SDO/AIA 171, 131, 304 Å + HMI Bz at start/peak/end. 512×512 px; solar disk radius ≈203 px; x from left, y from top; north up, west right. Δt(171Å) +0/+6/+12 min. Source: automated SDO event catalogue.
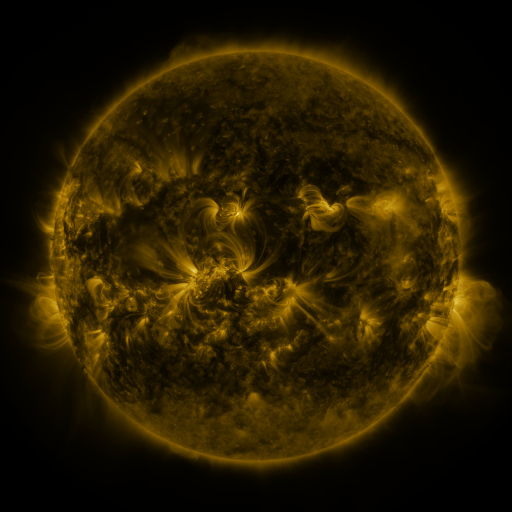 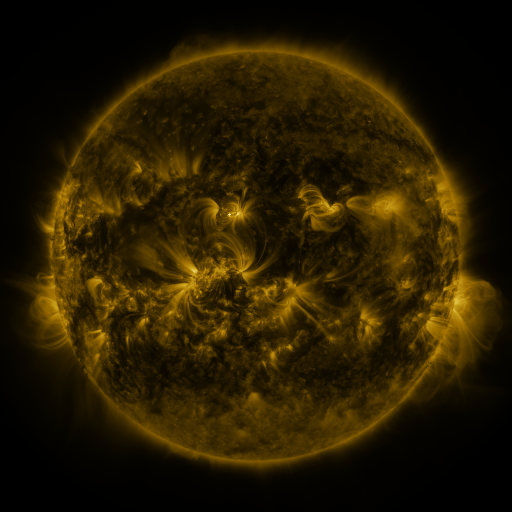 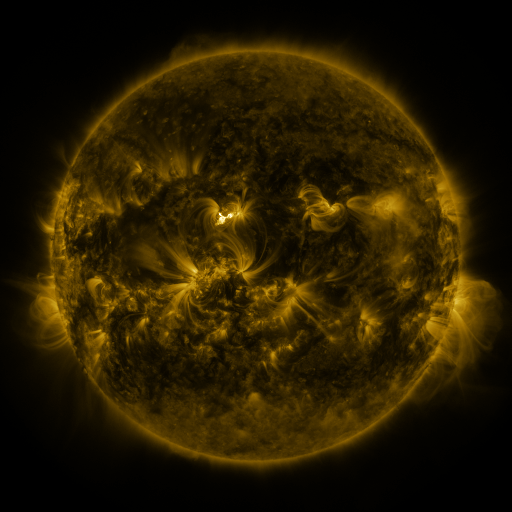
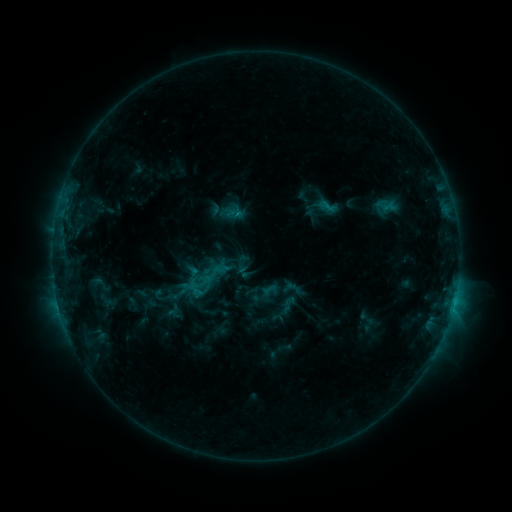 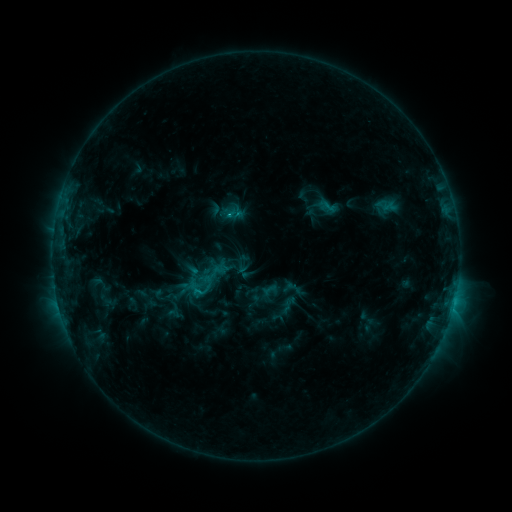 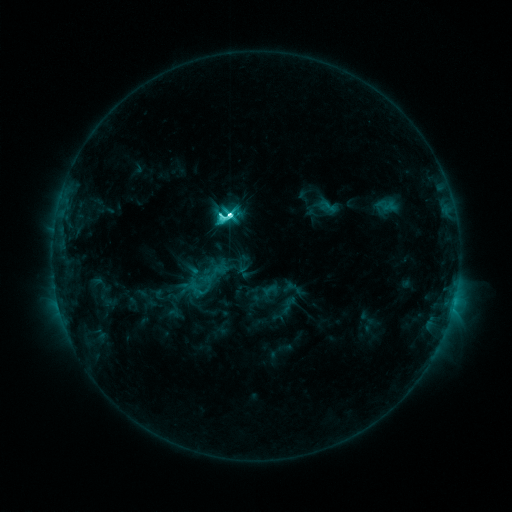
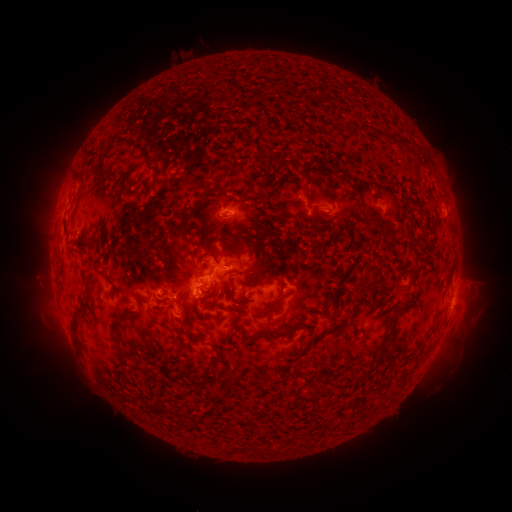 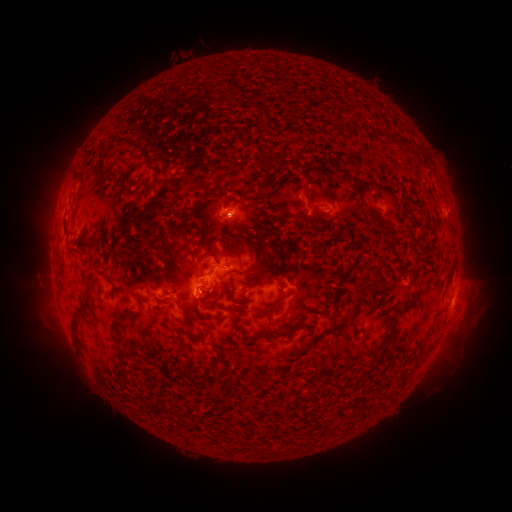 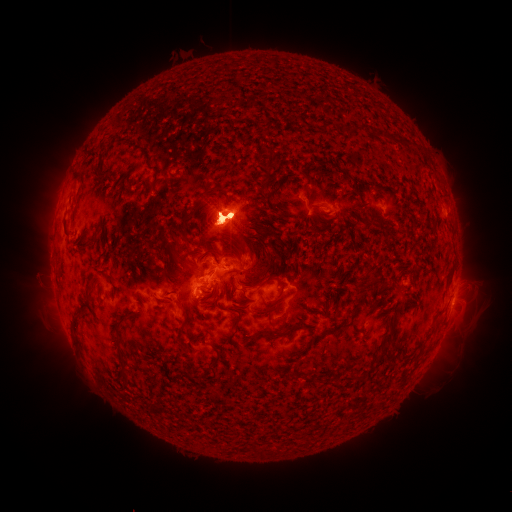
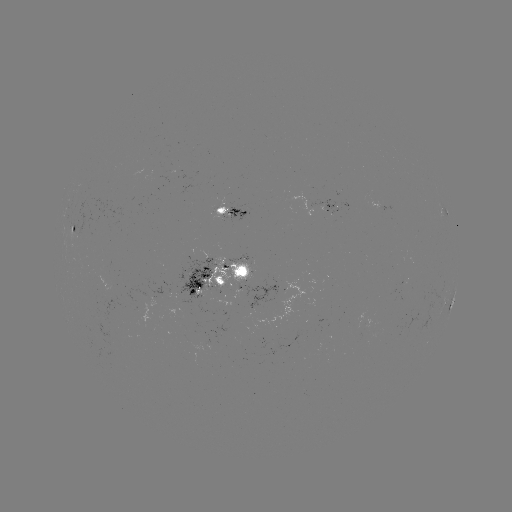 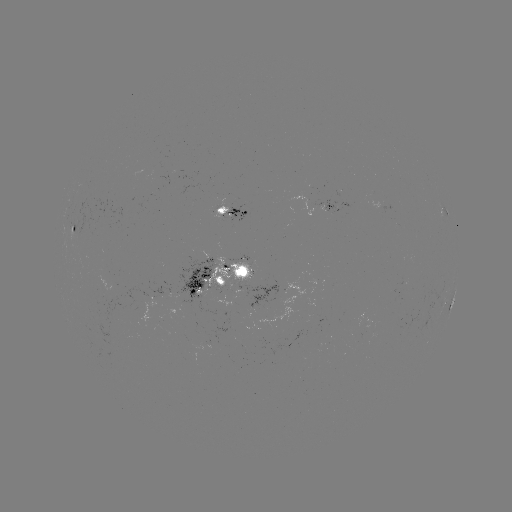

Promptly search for eruption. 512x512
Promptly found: [223, 223].